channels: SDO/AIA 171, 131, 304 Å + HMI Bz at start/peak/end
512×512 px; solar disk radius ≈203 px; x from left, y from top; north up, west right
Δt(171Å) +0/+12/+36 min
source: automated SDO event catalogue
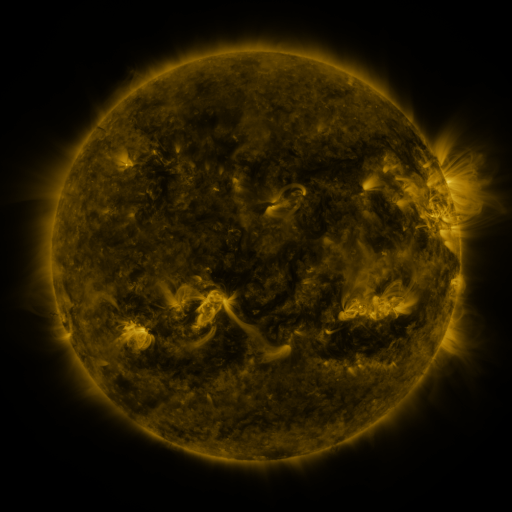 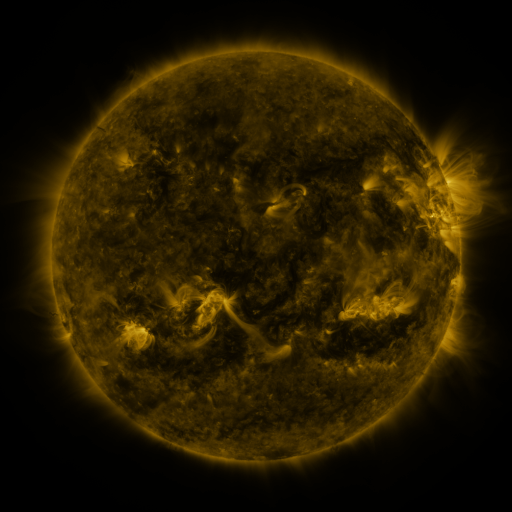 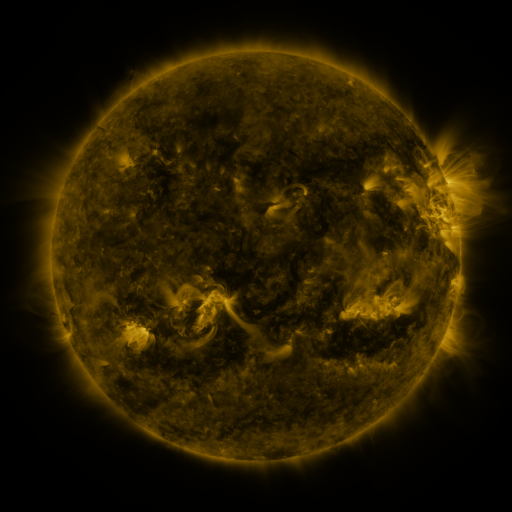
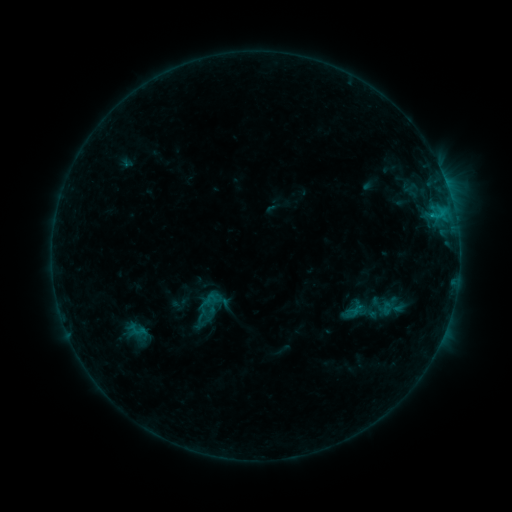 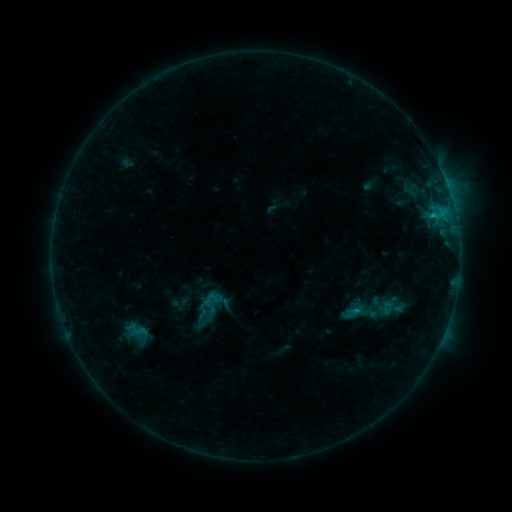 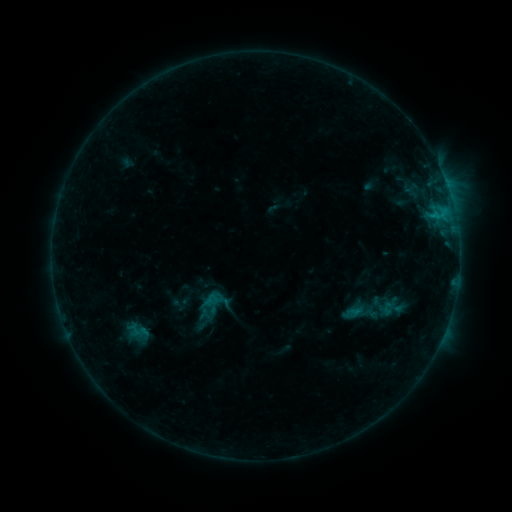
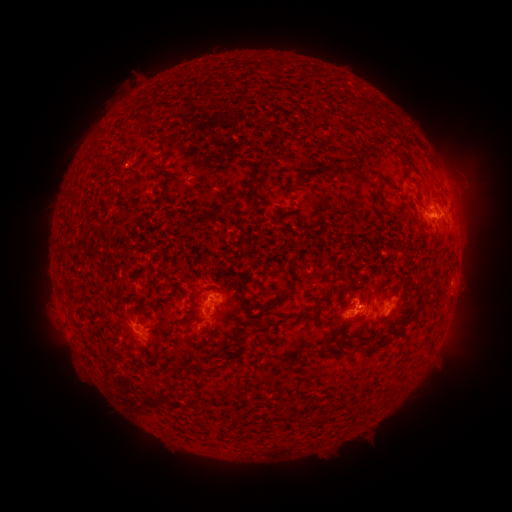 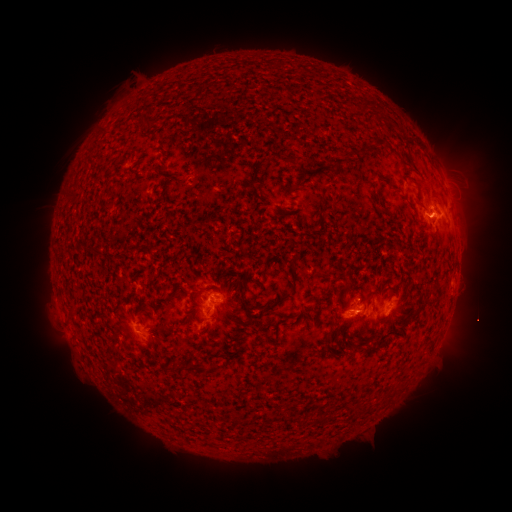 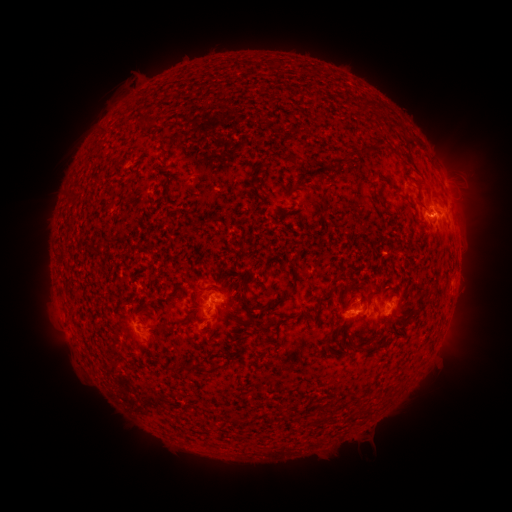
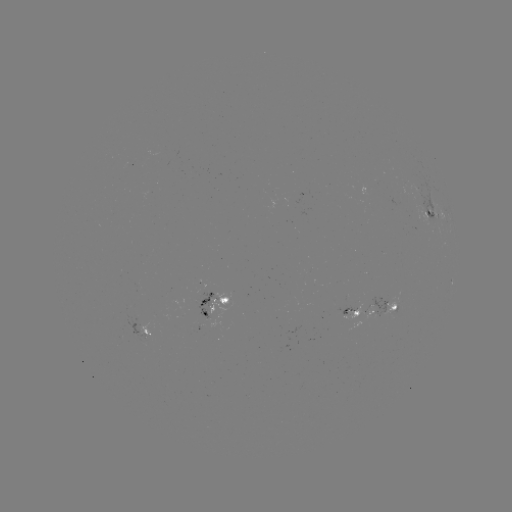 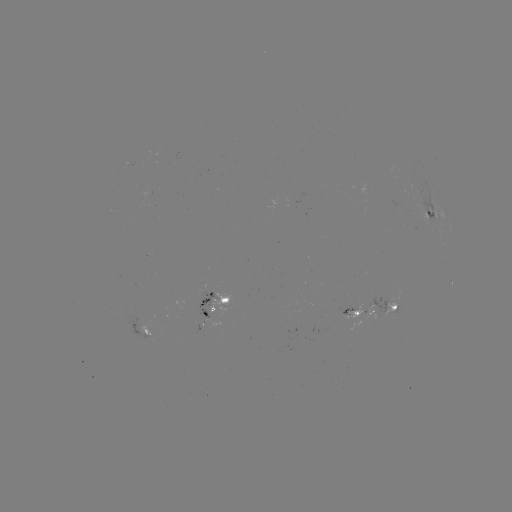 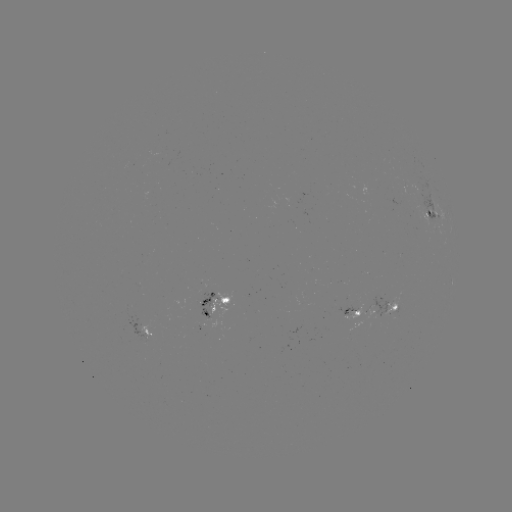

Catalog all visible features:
B8.3 flare: (354, 309)
